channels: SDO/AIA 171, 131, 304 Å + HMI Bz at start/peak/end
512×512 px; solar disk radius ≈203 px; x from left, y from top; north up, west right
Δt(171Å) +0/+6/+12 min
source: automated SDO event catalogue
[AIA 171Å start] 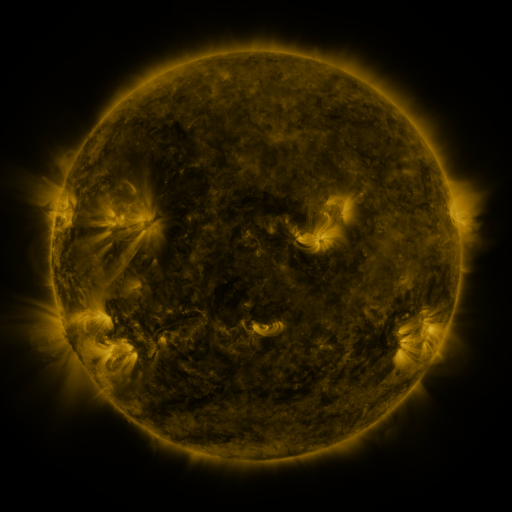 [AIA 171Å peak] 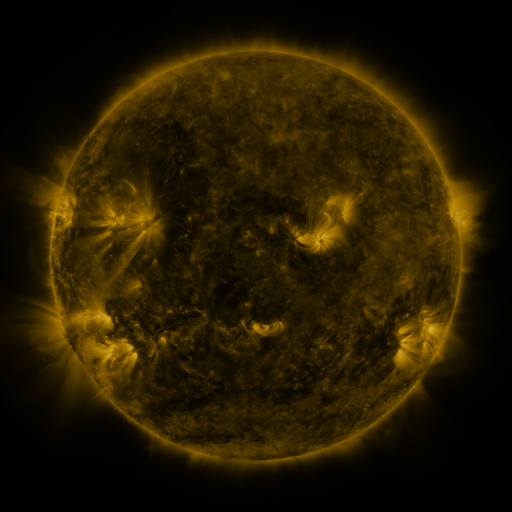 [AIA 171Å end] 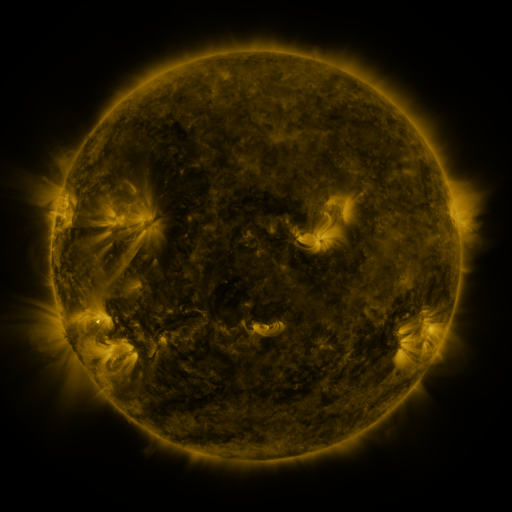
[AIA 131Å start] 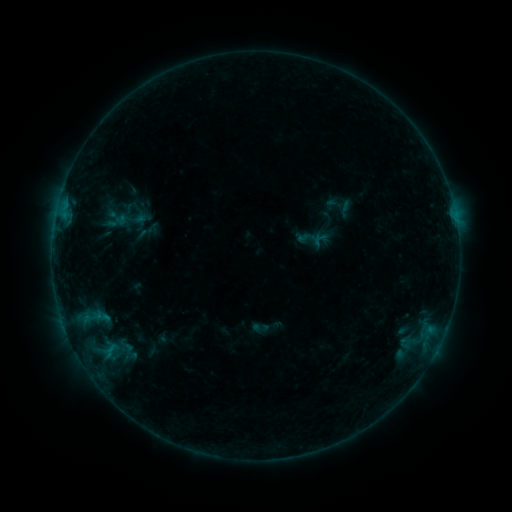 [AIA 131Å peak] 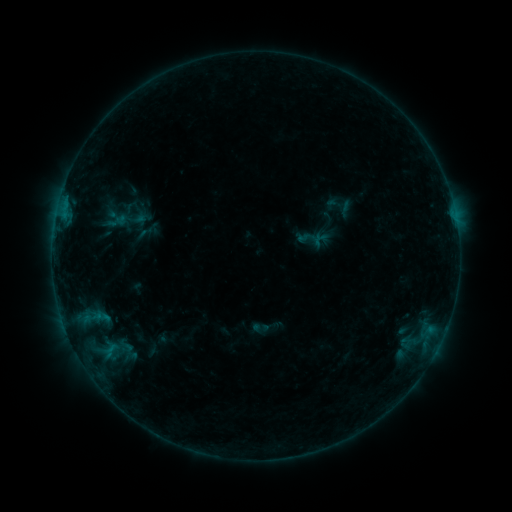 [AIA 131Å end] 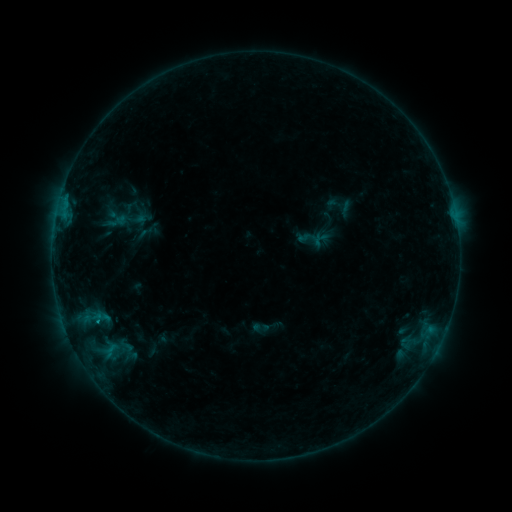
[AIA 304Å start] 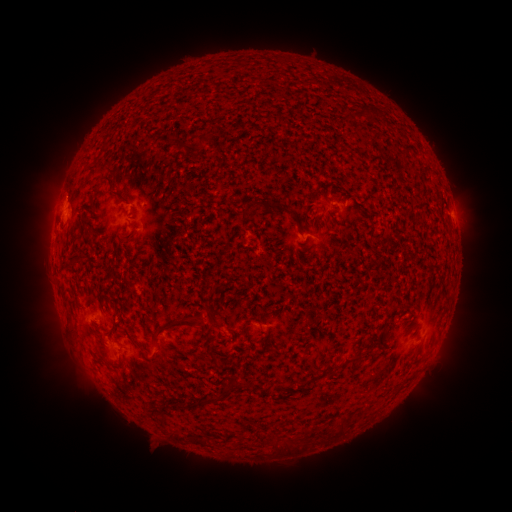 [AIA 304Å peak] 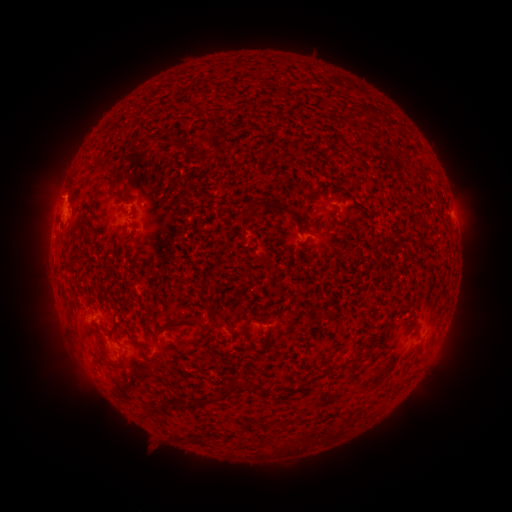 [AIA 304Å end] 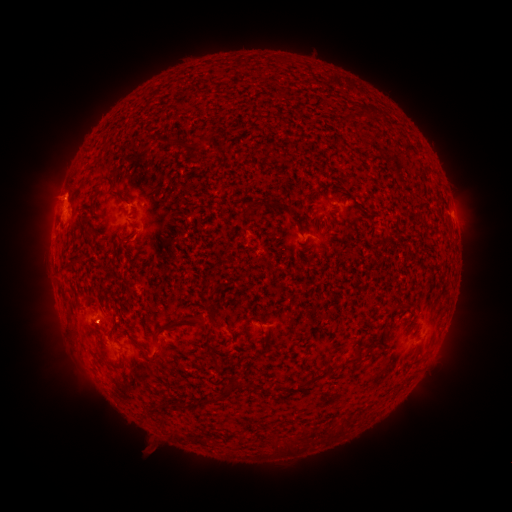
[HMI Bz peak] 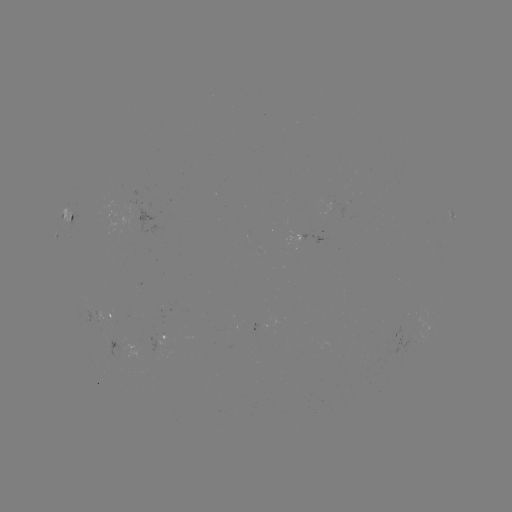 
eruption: [28, 166, 86, 217]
